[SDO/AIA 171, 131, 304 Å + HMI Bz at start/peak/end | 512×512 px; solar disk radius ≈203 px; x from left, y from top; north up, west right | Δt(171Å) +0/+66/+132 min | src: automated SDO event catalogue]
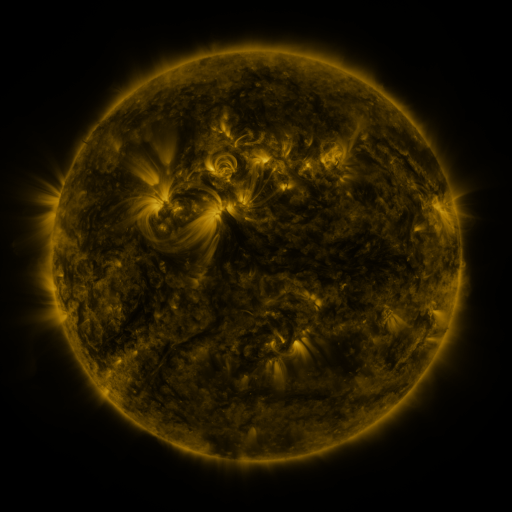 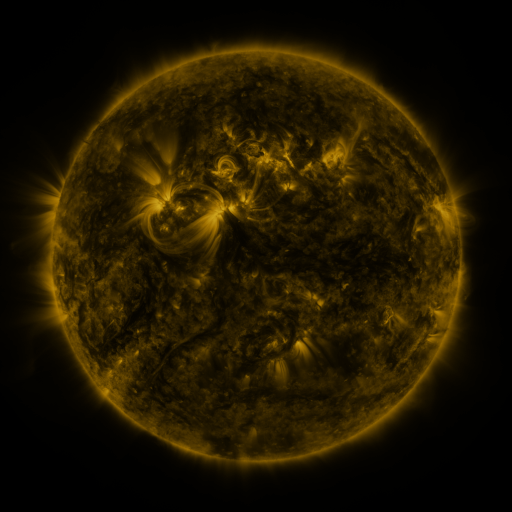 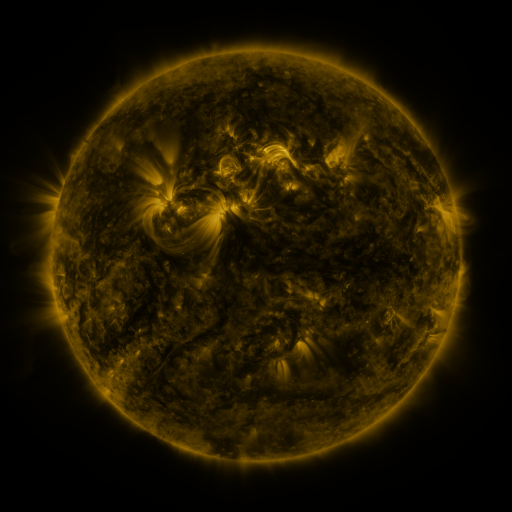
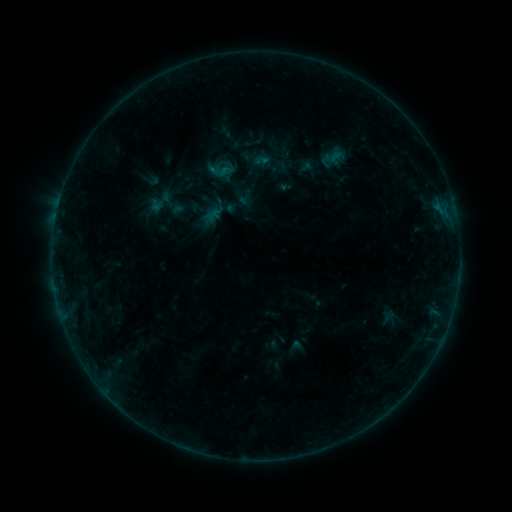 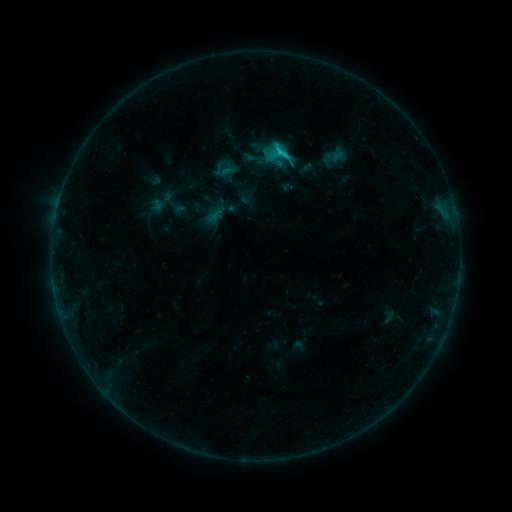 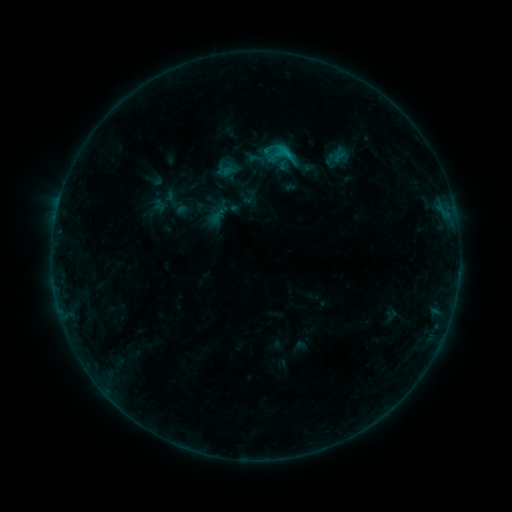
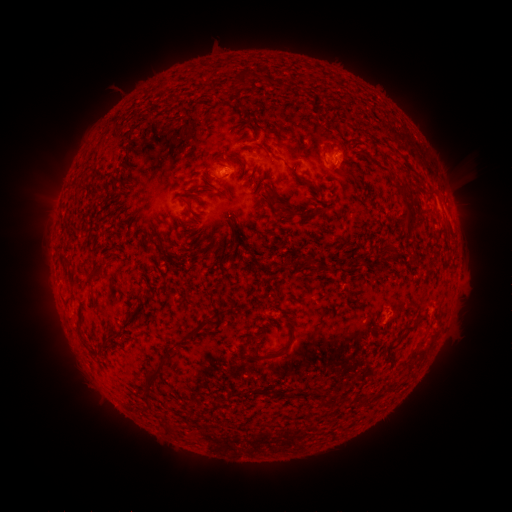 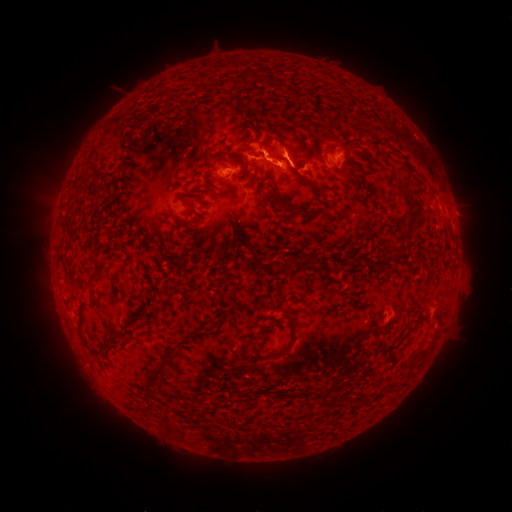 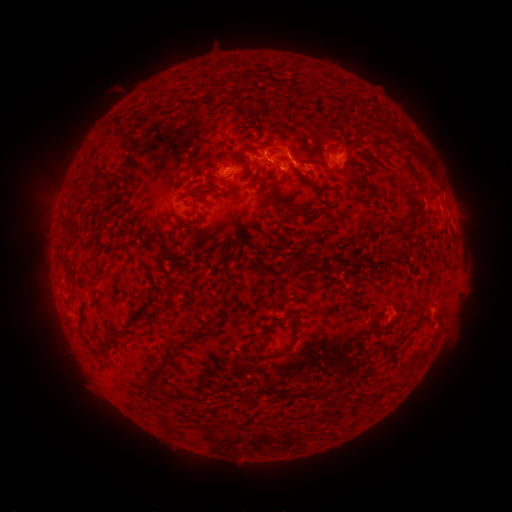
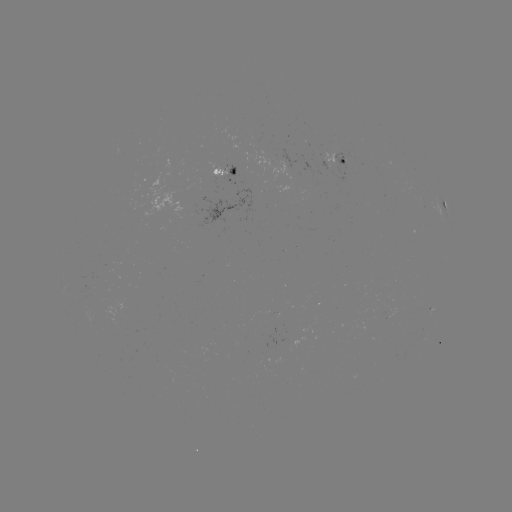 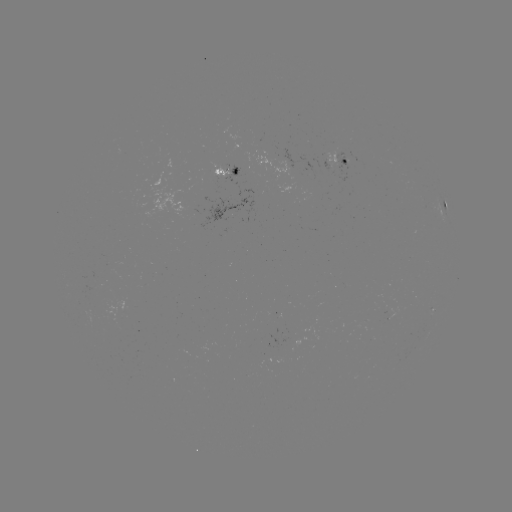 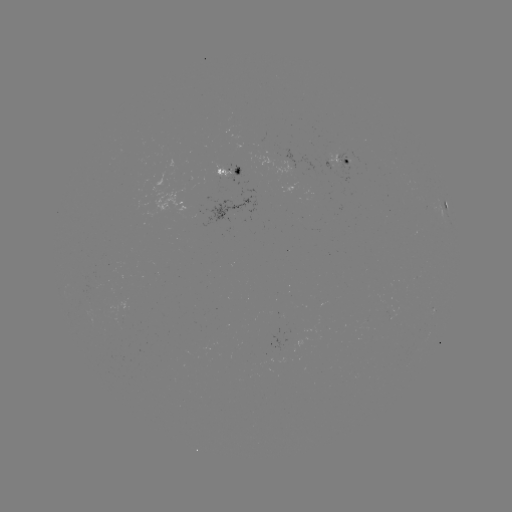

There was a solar flare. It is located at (278, 155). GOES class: C2.4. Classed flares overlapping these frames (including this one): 2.